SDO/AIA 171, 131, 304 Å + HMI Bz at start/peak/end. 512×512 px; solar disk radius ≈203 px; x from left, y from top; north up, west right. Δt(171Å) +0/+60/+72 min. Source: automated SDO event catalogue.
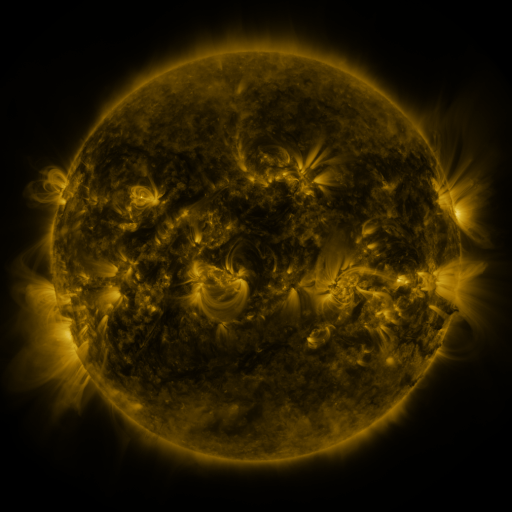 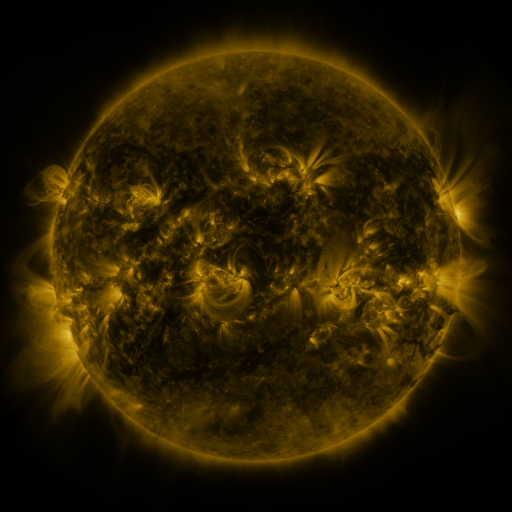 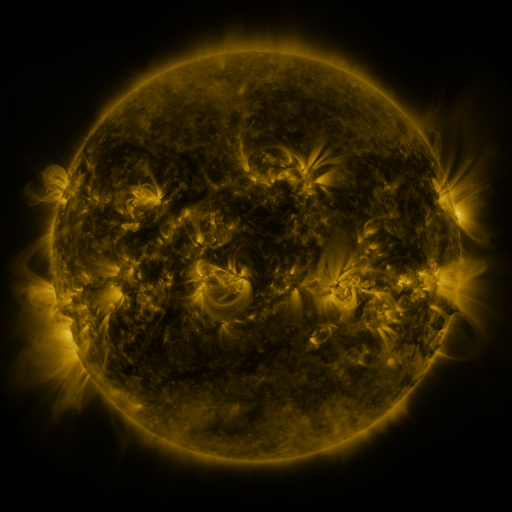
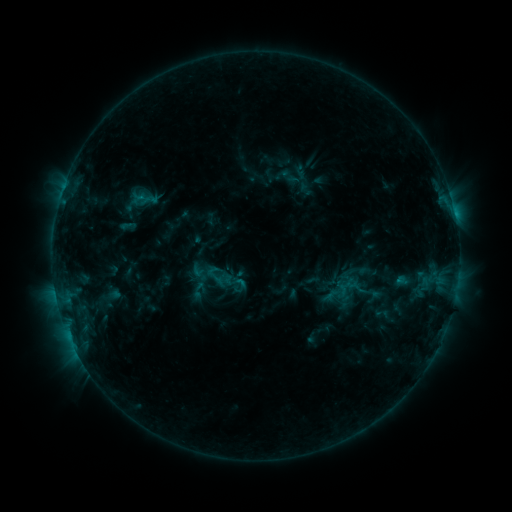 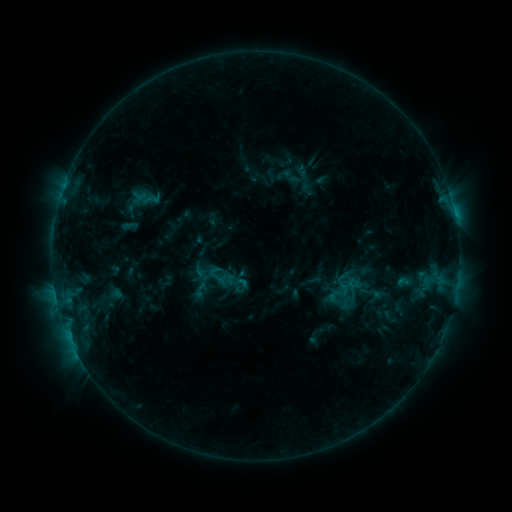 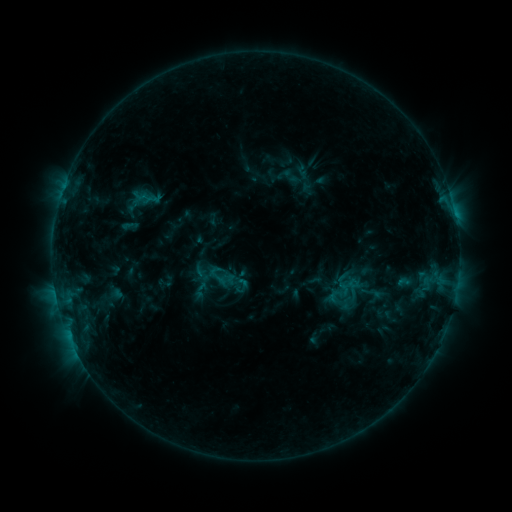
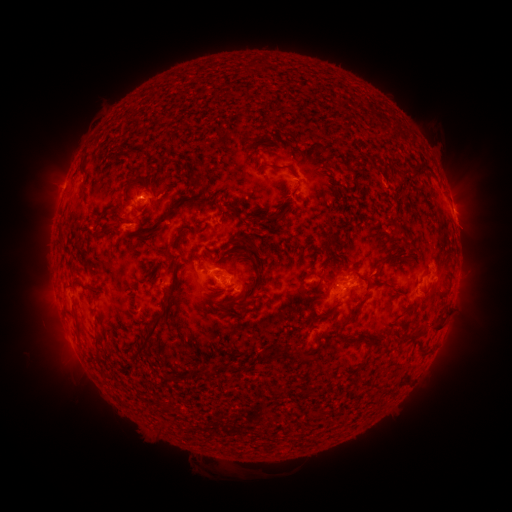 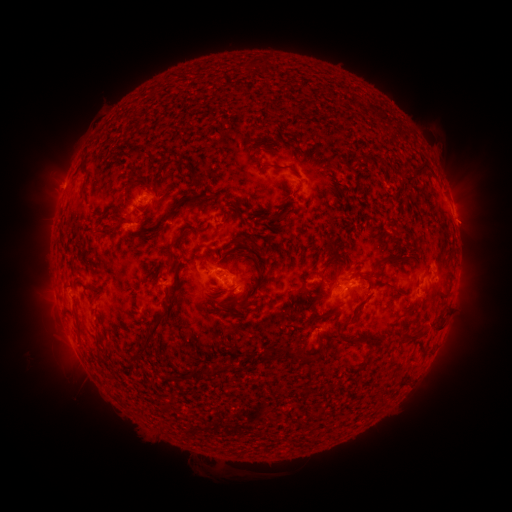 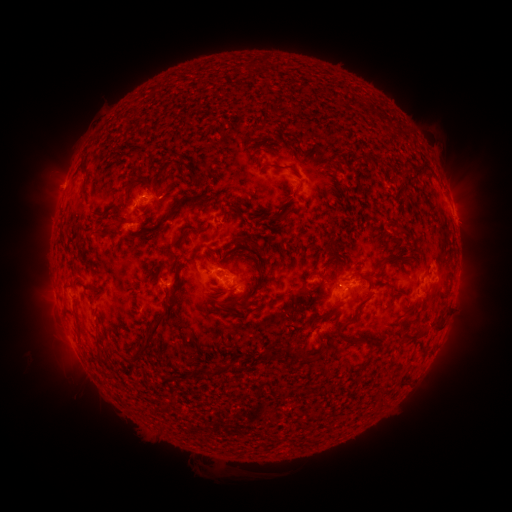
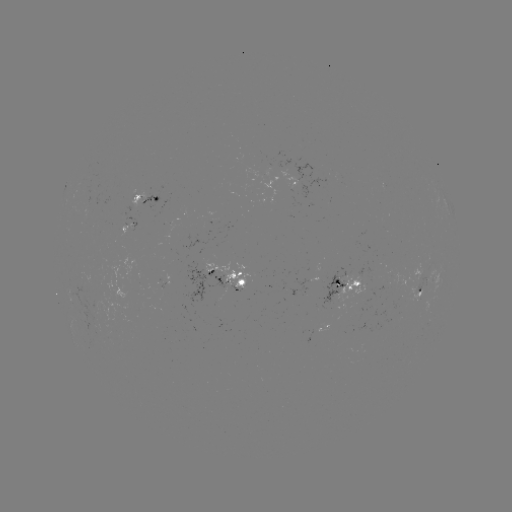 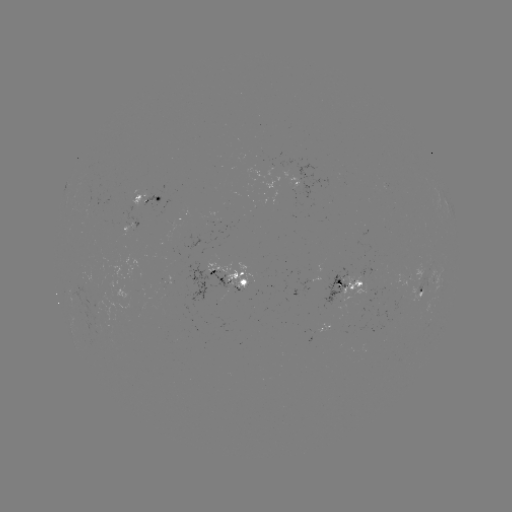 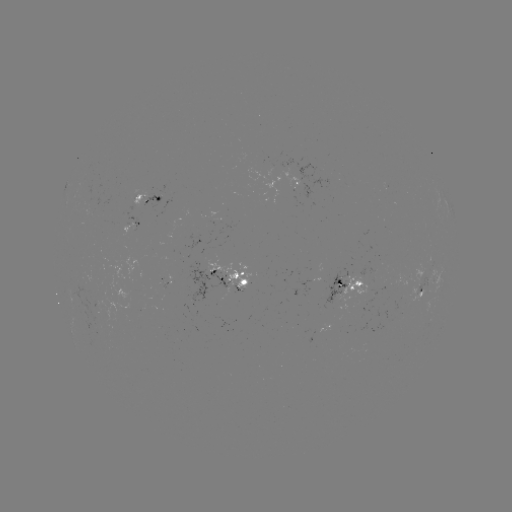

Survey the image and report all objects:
emerging-flux region: (420, 284)
